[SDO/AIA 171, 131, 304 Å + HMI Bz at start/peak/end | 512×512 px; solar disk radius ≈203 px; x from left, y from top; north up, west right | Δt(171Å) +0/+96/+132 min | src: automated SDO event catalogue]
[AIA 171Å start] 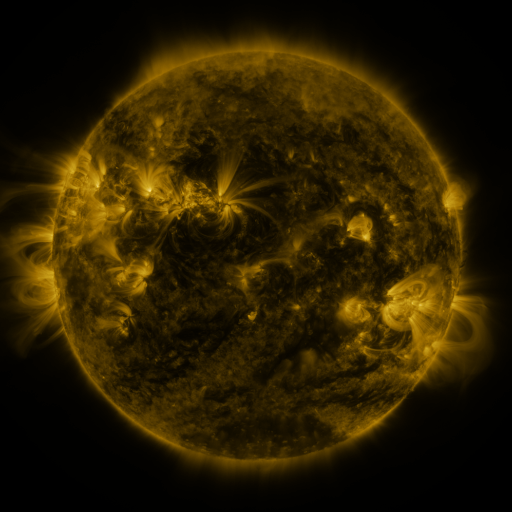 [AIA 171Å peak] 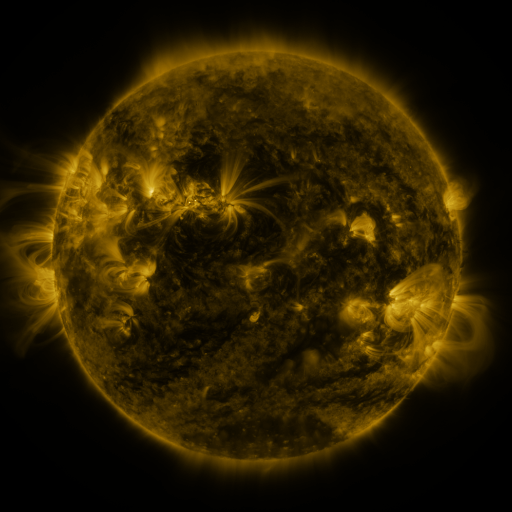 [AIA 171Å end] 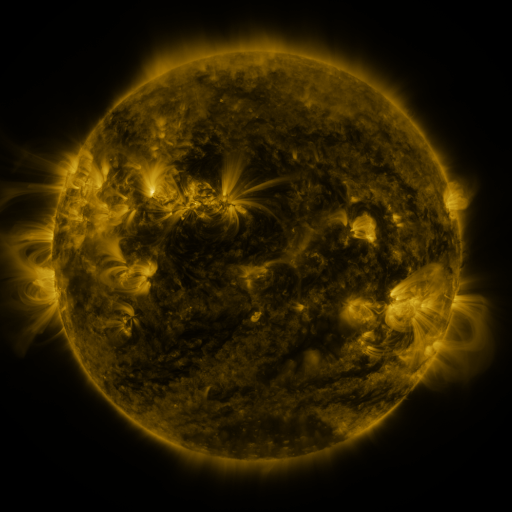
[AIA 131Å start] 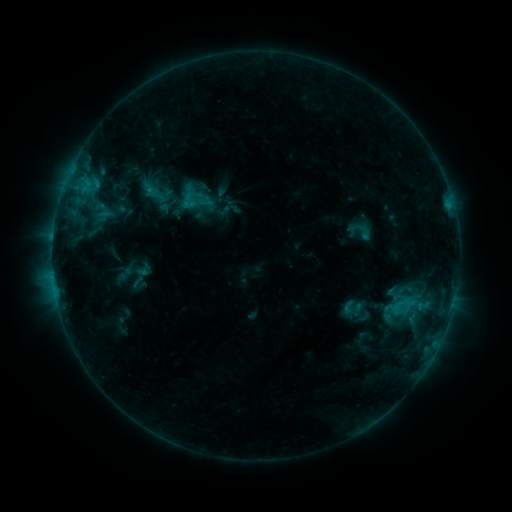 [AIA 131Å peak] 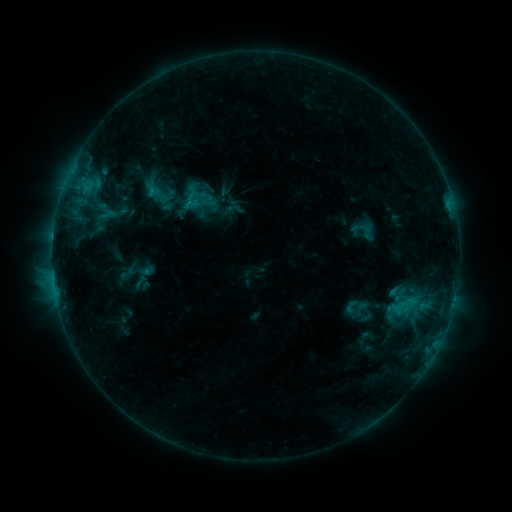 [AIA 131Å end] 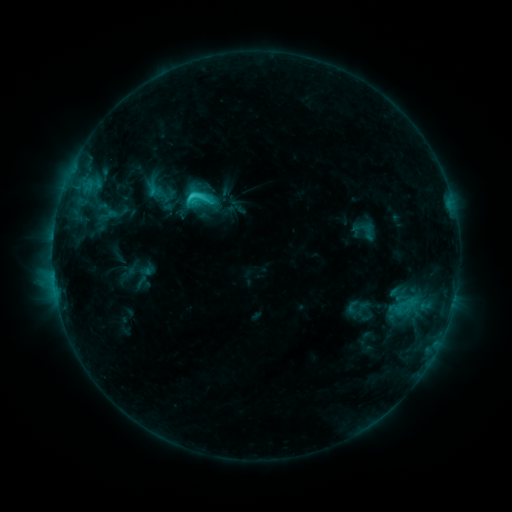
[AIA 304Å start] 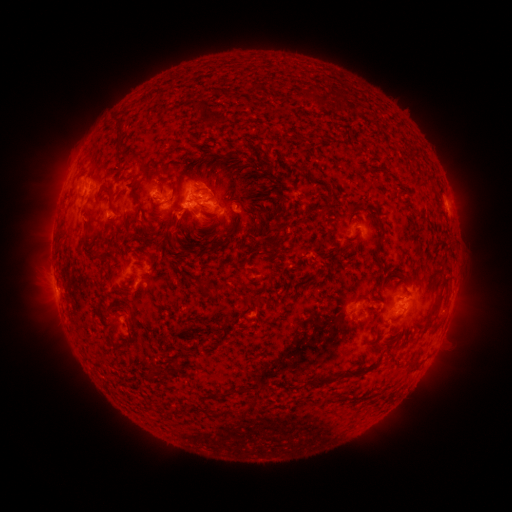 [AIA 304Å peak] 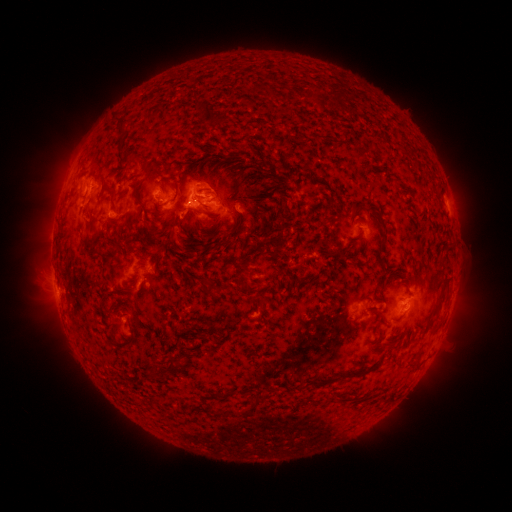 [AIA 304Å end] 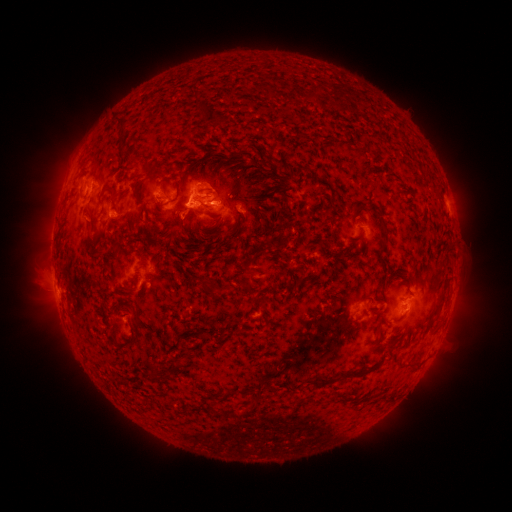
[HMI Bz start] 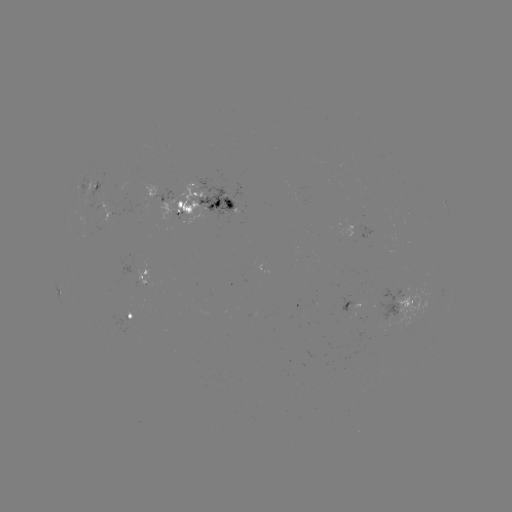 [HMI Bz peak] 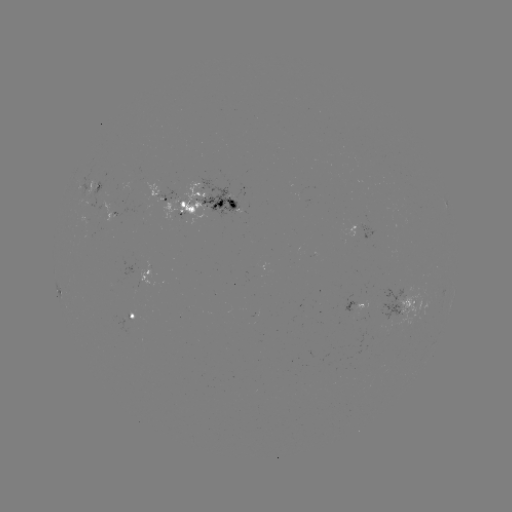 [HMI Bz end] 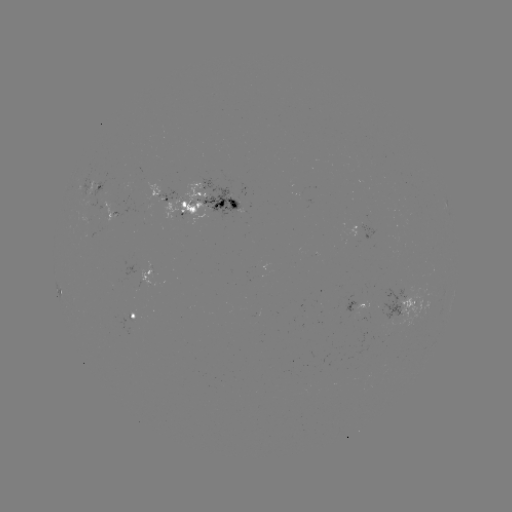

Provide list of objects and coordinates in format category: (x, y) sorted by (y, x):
emerging-flux region: (104, 217)
